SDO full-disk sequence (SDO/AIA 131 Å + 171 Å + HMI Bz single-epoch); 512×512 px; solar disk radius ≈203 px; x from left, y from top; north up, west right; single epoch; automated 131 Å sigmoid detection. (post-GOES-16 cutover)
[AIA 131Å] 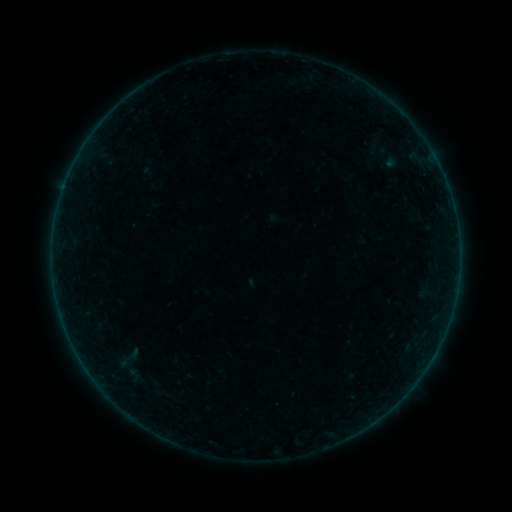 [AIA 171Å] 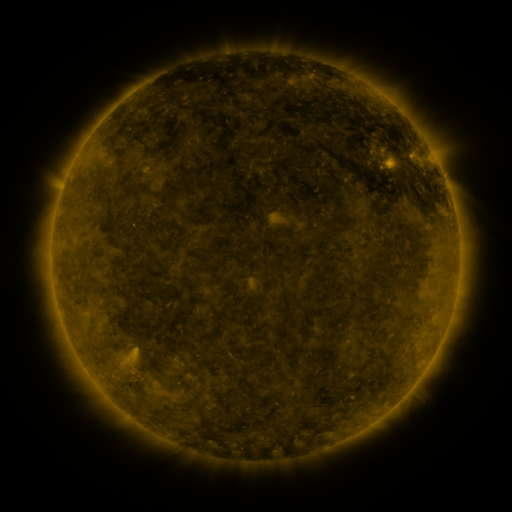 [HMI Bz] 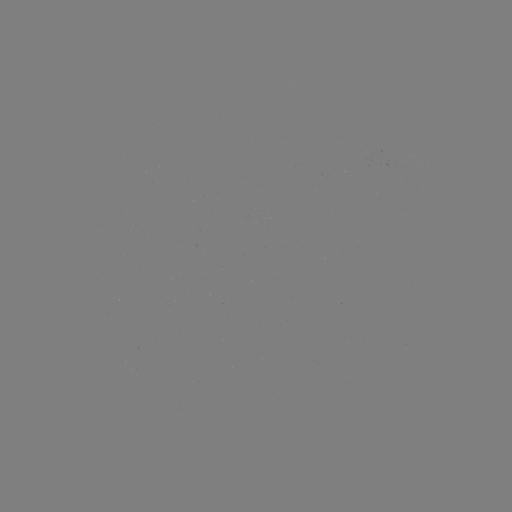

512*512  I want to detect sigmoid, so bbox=[104, 339, 152, 375].